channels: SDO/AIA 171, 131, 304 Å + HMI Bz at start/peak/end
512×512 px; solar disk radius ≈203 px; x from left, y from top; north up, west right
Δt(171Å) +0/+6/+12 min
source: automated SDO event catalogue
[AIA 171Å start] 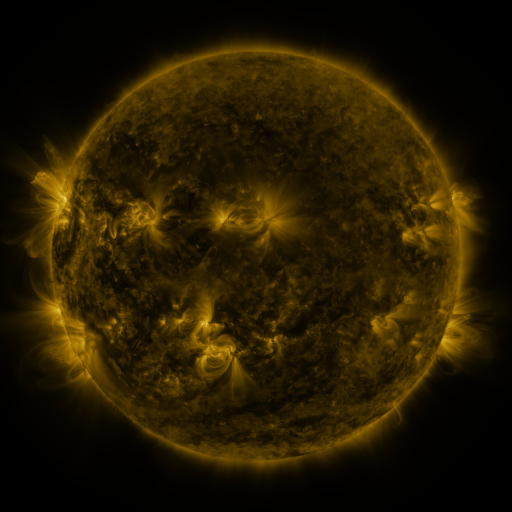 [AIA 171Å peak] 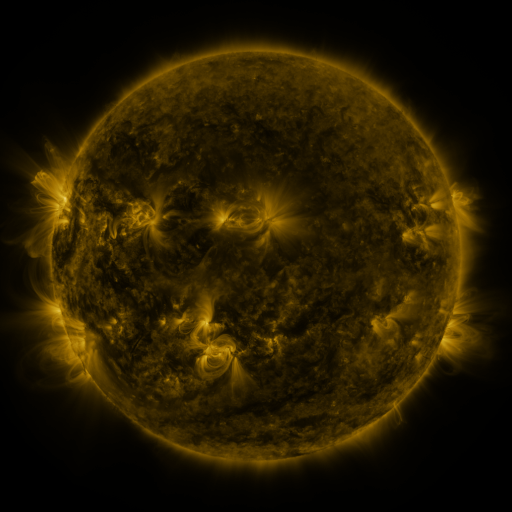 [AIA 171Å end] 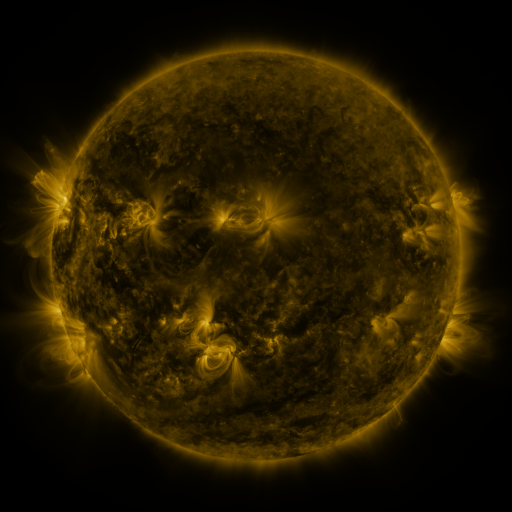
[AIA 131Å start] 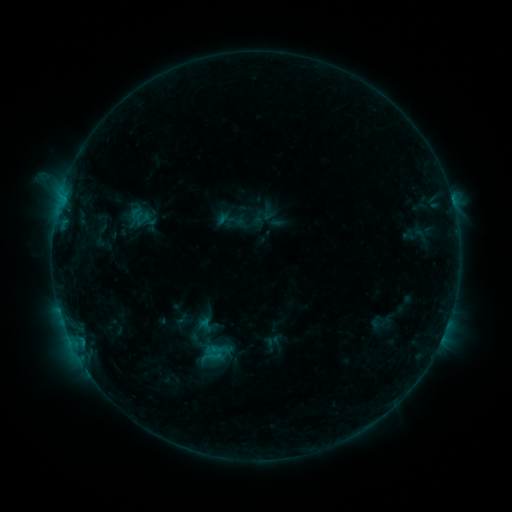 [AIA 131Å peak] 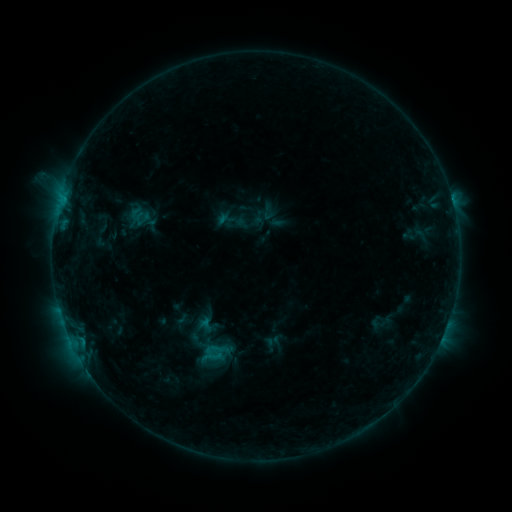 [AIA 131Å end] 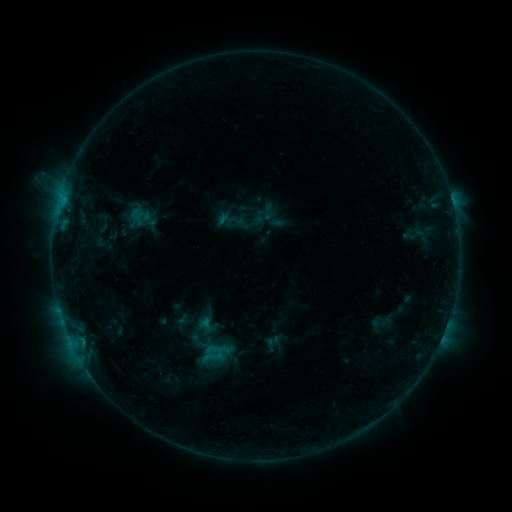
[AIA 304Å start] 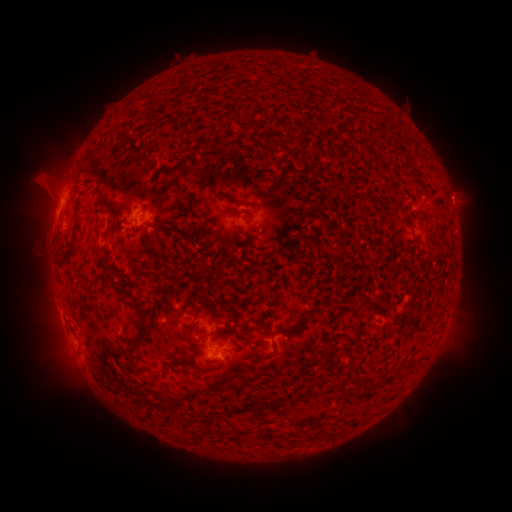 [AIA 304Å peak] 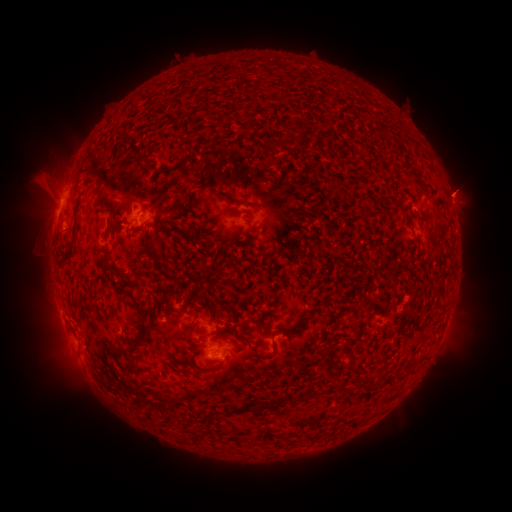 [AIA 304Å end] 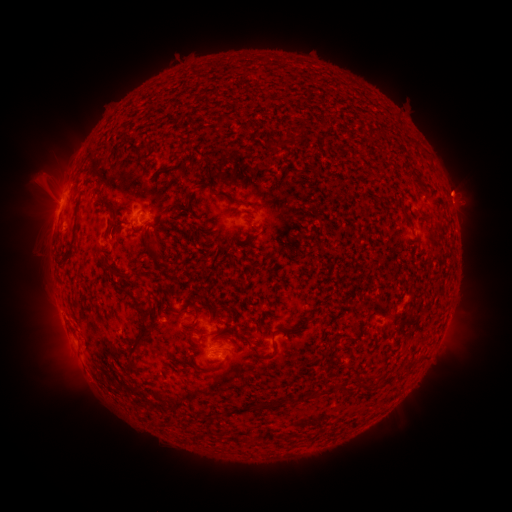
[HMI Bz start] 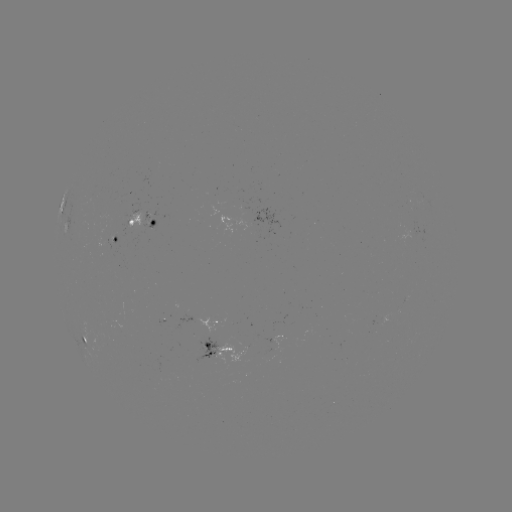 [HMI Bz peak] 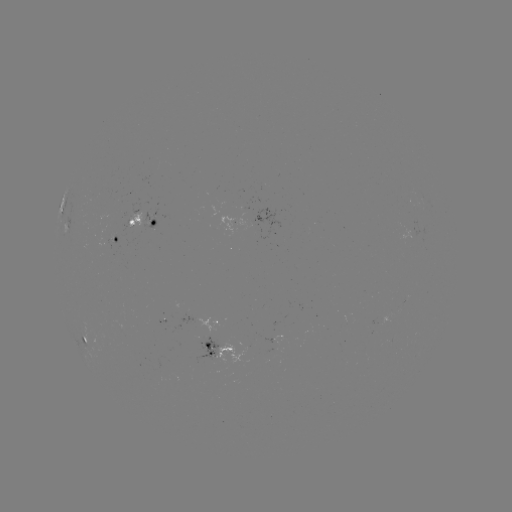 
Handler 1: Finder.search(eruption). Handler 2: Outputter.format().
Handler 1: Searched eruption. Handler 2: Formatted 458,190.